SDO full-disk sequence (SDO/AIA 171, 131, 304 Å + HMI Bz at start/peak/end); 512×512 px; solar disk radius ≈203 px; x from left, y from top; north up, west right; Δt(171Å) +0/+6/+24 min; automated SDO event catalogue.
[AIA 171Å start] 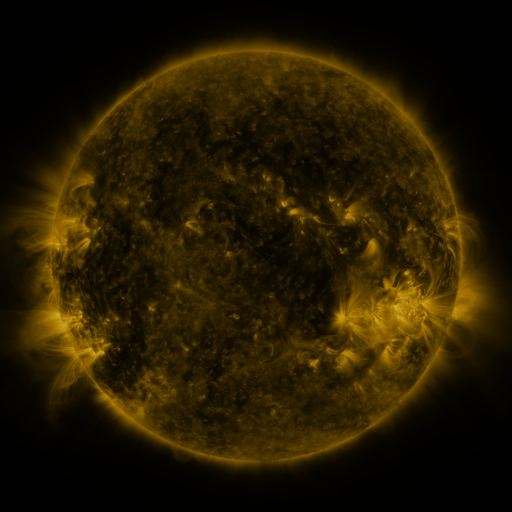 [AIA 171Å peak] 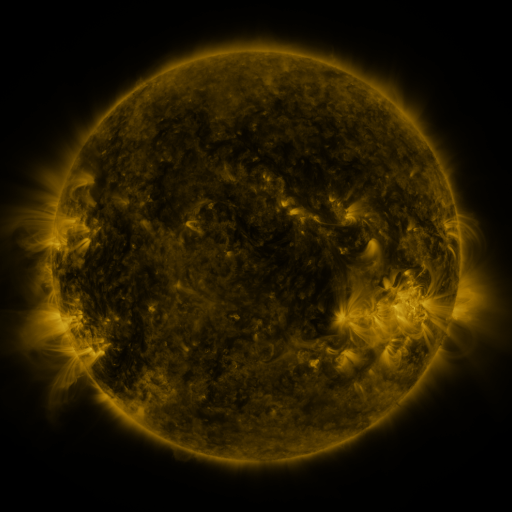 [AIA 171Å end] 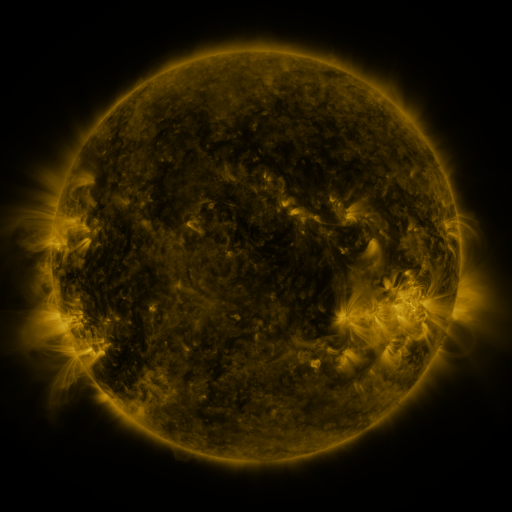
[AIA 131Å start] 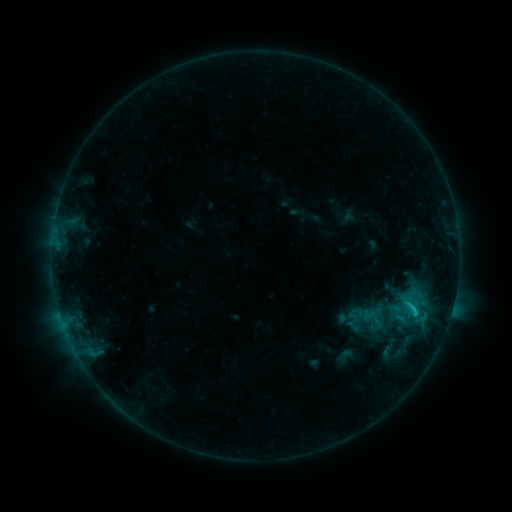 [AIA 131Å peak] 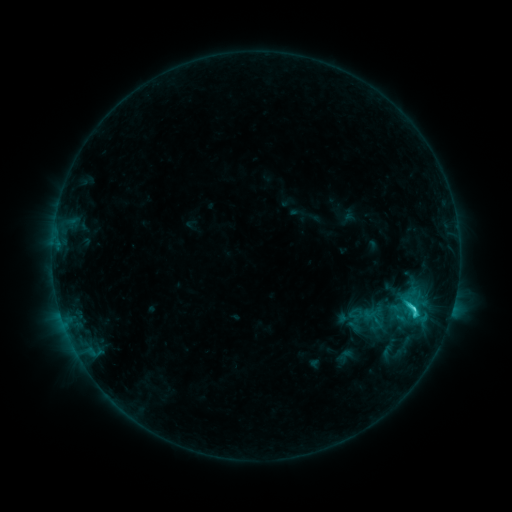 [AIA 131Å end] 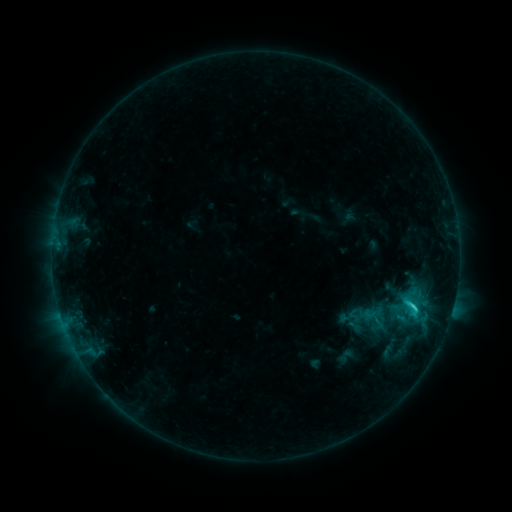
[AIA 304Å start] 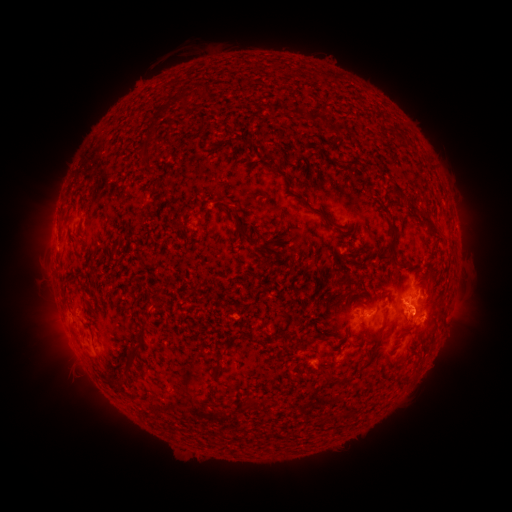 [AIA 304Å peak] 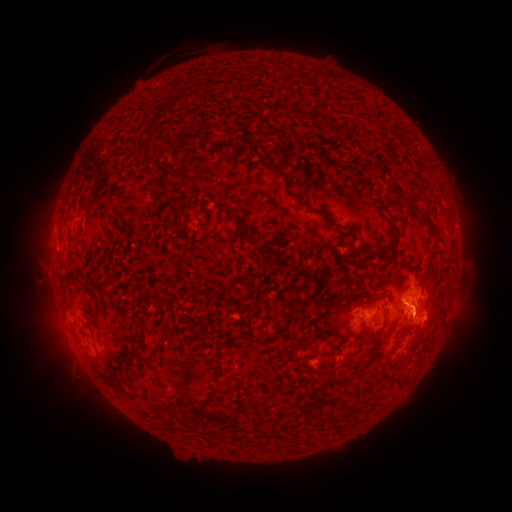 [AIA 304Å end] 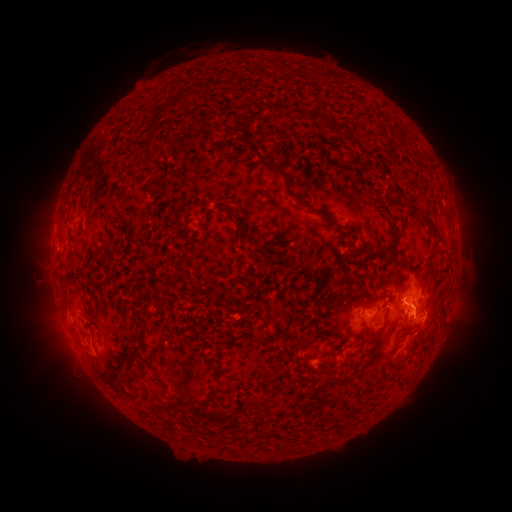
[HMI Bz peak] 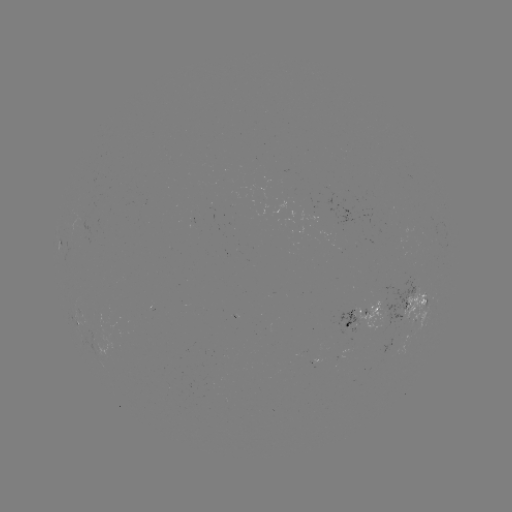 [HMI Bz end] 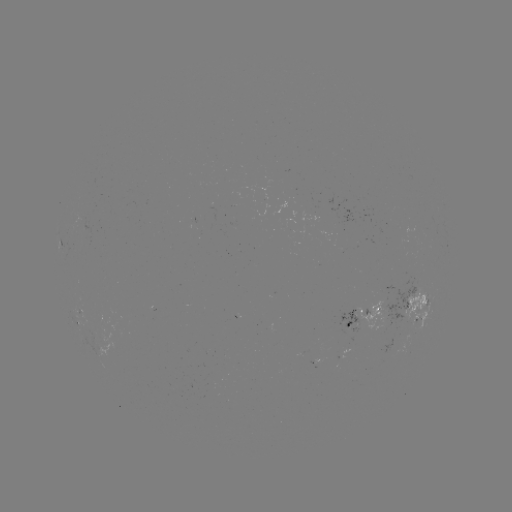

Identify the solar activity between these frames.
C2.6 flare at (413, 306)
